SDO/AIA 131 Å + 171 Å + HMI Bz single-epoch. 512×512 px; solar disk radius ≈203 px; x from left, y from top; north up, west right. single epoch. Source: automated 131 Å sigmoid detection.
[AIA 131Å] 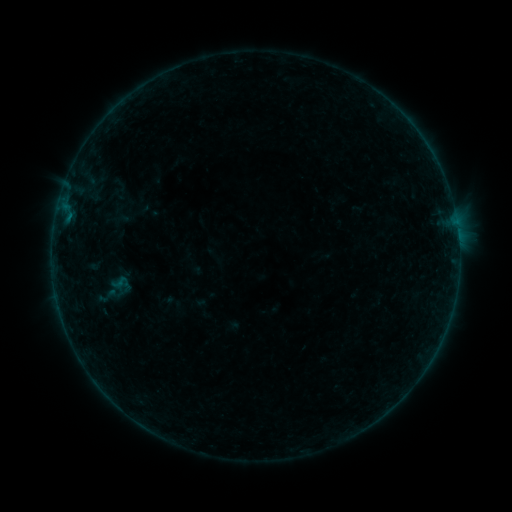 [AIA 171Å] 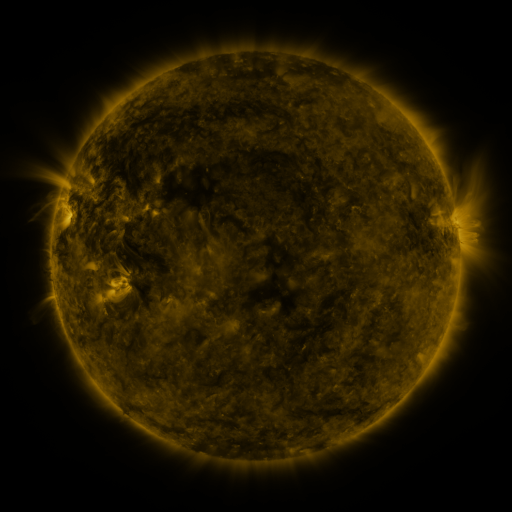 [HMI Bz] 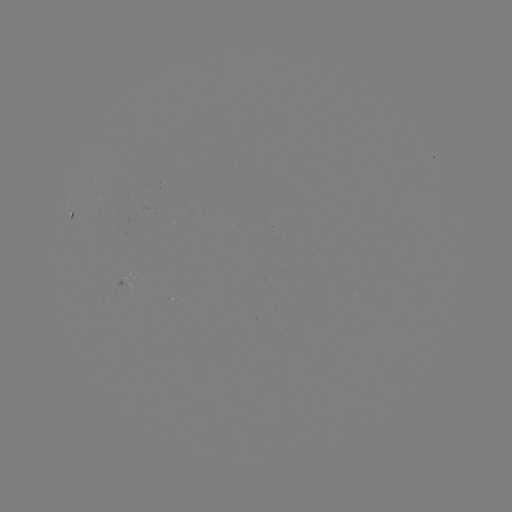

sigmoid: (109, 273, 129, 291)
